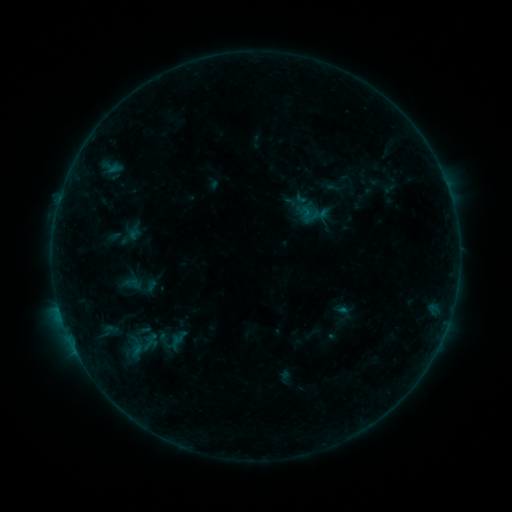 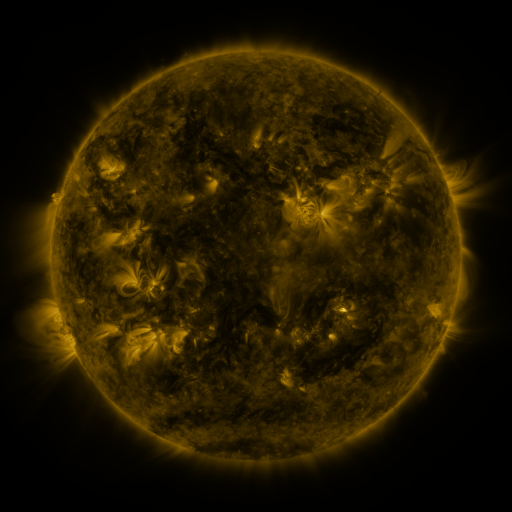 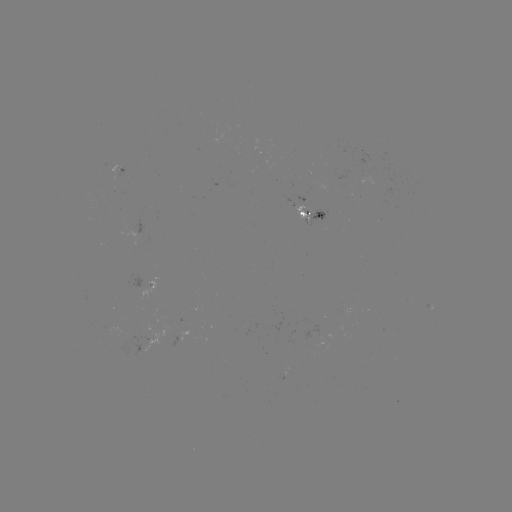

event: sigmoid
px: (342, 316)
